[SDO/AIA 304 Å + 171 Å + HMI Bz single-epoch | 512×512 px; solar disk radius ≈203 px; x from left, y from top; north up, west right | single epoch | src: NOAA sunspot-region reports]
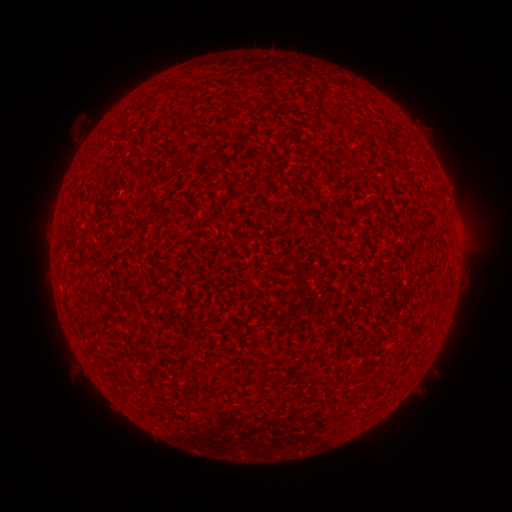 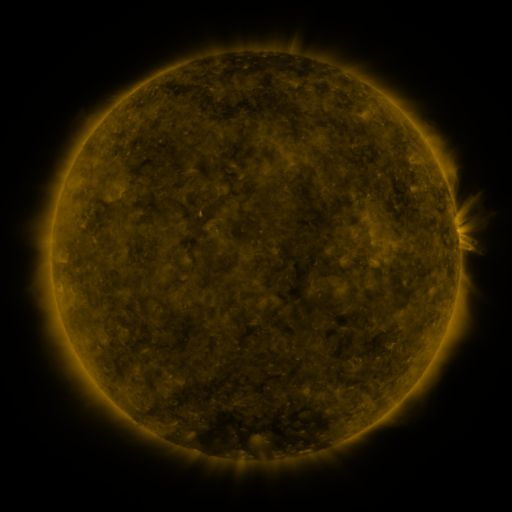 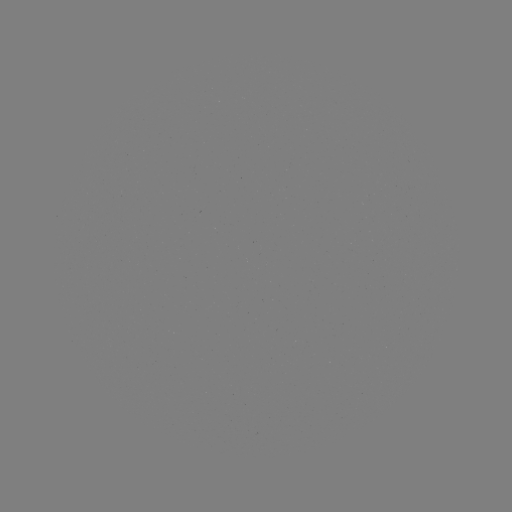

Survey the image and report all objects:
(none)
